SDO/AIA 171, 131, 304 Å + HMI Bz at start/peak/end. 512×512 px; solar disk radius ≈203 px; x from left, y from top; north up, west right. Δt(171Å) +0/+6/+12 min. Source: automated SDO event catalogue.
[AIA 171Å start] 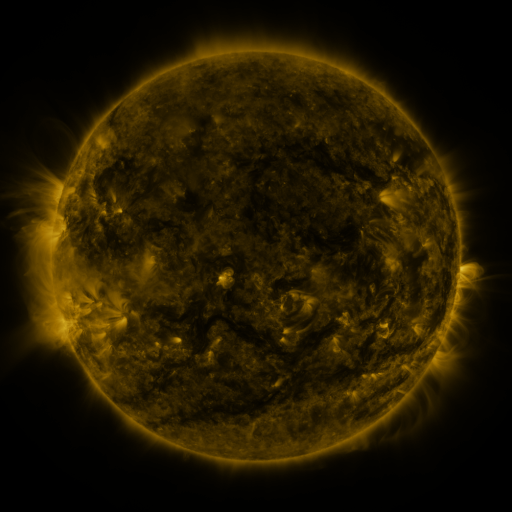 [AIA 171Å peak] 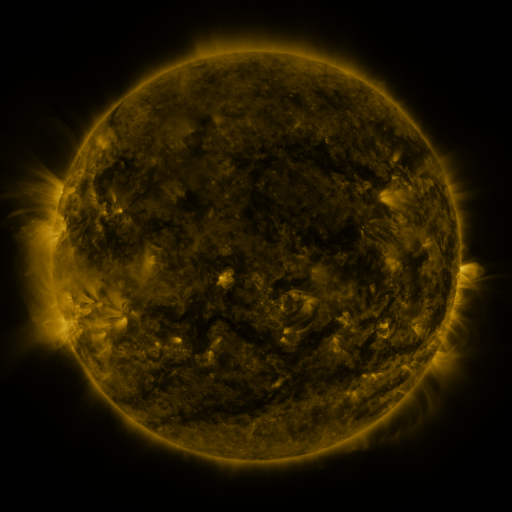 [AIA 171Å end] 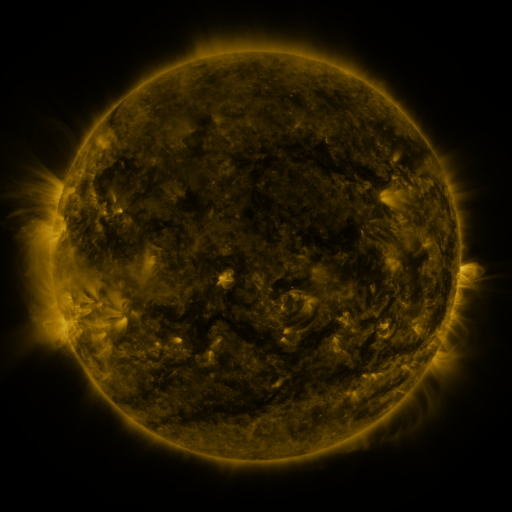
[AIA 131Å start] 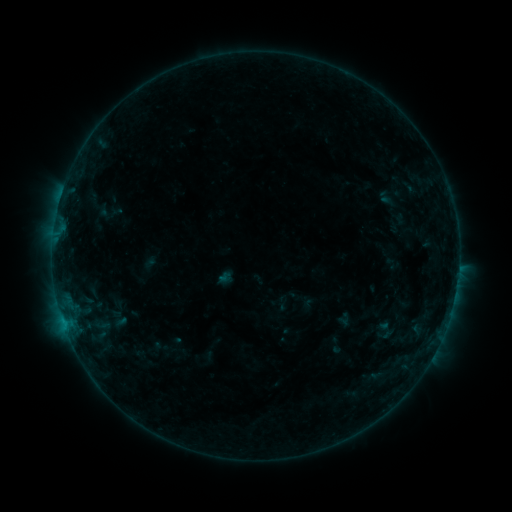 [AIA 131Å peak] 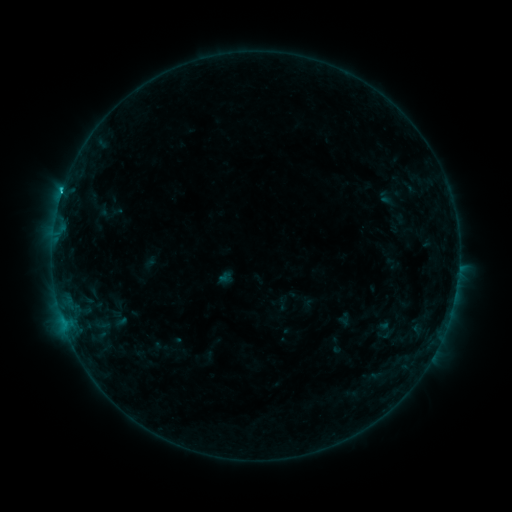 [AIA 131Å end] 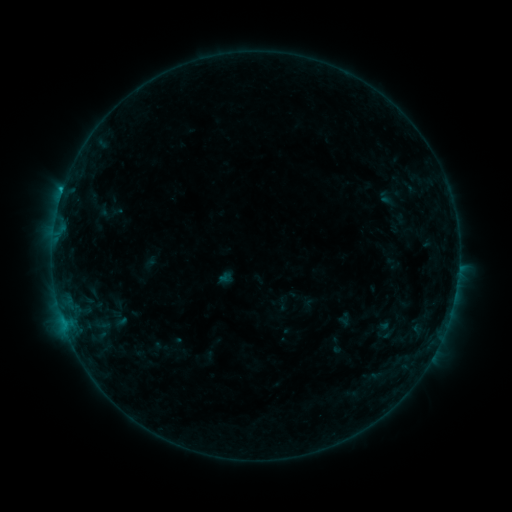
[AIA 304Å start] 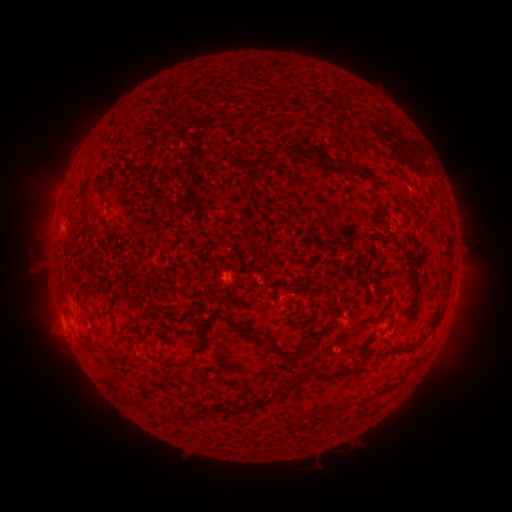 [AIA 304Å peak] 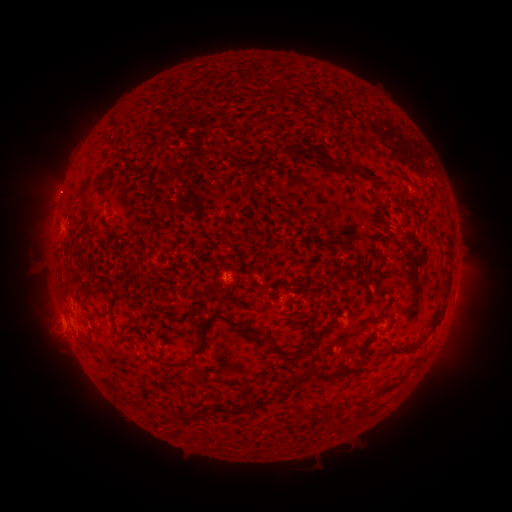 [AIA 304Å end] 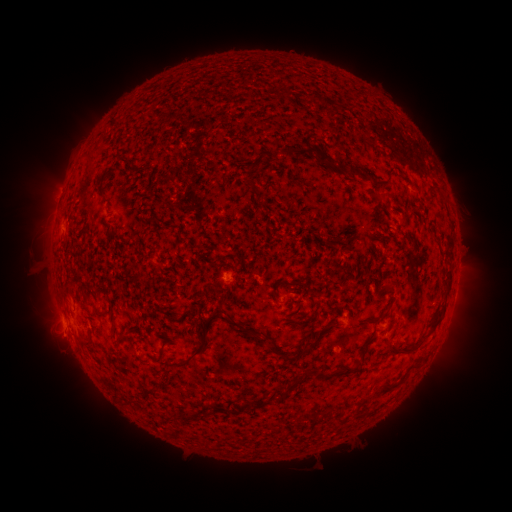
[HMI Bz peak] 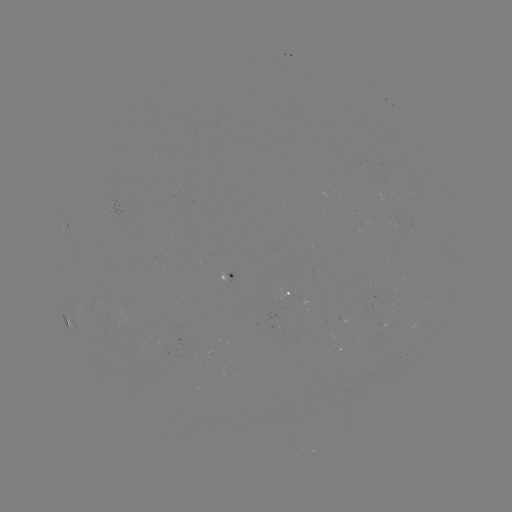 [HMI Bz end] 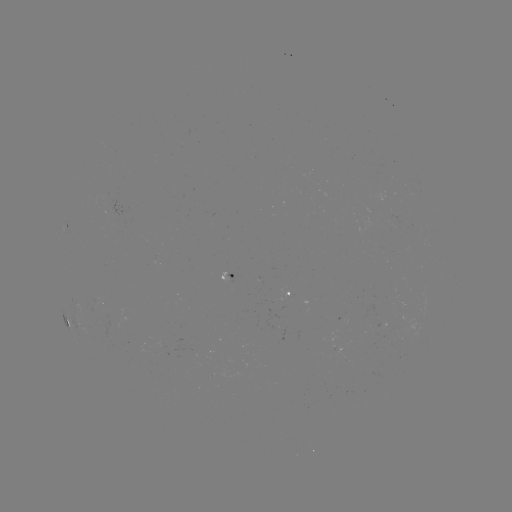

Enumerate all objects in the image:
B6.8 flare: (62, 194)
